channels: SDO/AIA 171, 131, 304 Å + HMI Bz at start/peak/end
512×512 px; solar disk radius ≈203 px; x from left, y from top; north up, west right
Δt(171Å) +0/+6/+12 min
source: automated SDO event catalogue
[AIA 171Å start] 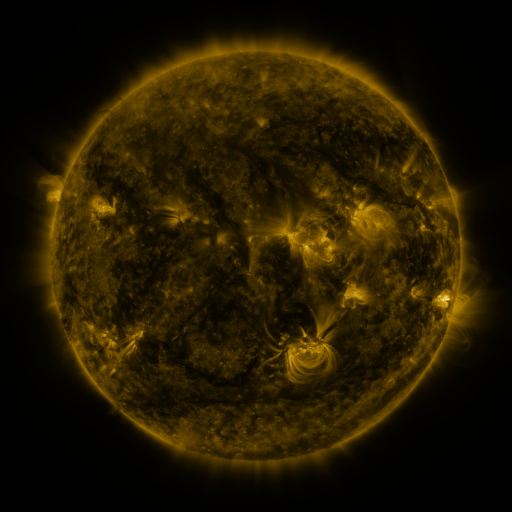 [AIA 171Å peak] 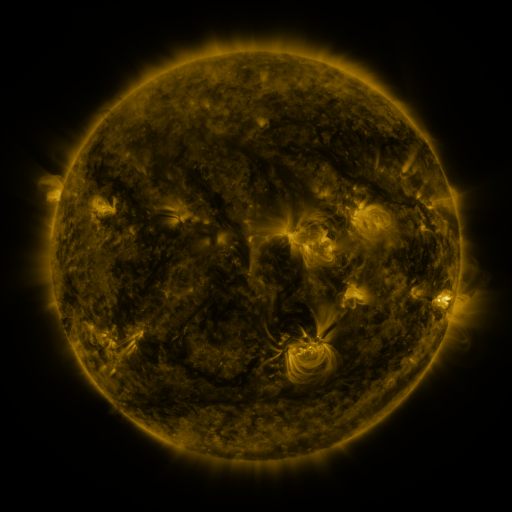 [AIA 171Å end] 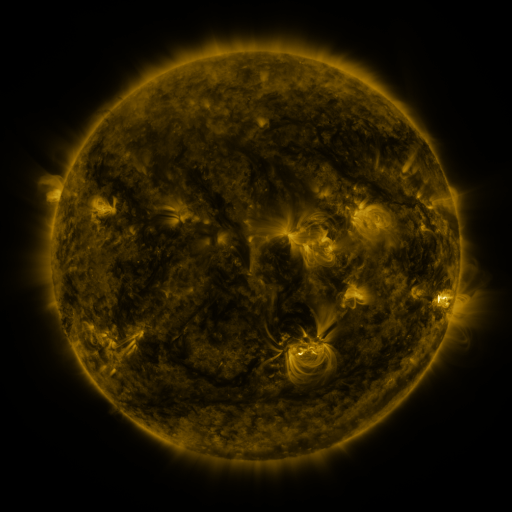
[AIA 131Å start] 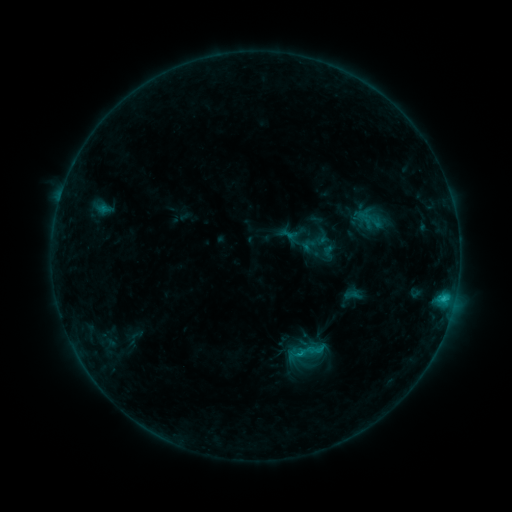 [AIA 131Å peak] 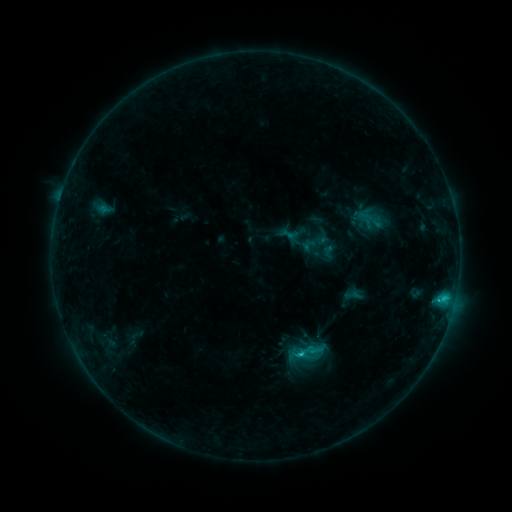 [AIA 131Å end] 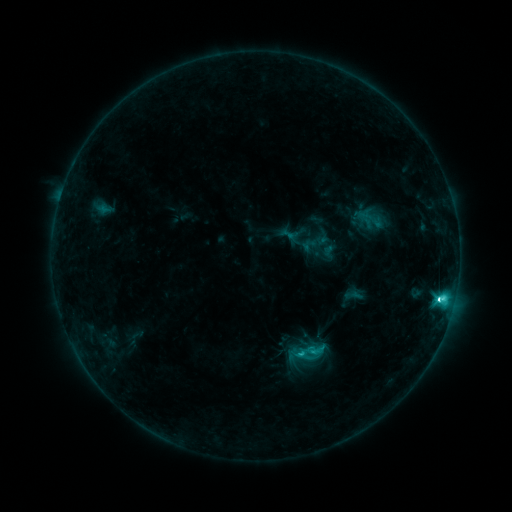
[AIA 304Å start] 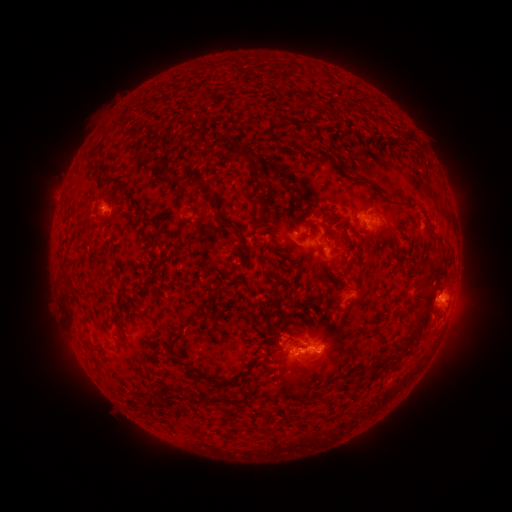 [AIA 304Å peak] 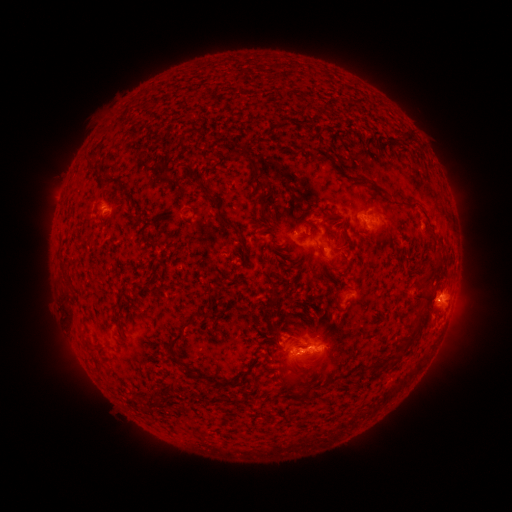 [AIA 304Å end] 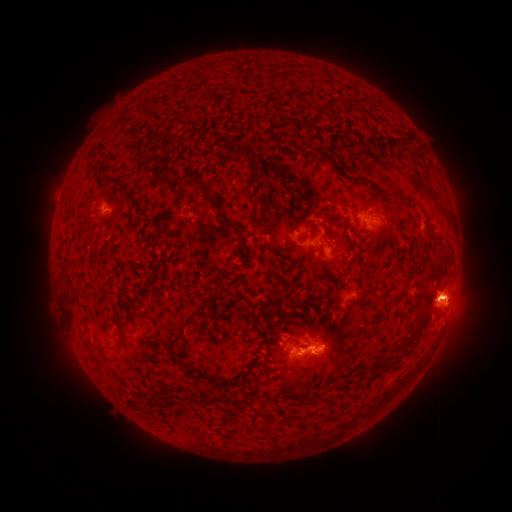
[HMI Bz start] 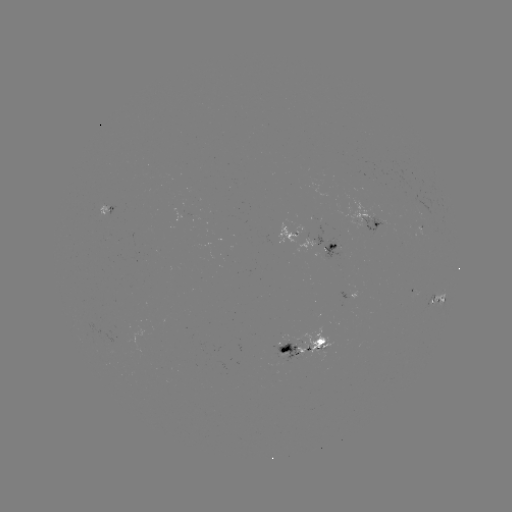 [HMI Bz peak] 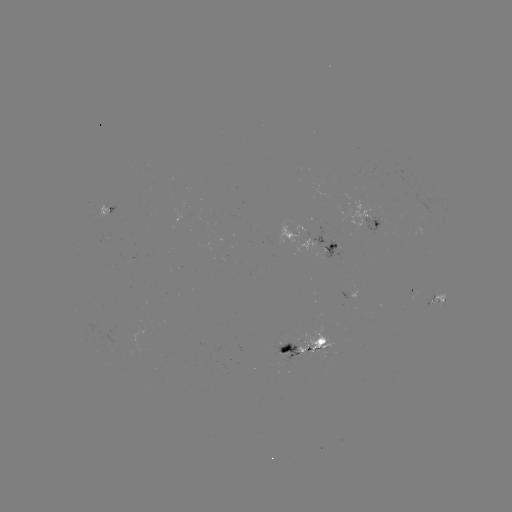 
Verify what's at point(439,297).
C7.9 flare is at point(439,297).